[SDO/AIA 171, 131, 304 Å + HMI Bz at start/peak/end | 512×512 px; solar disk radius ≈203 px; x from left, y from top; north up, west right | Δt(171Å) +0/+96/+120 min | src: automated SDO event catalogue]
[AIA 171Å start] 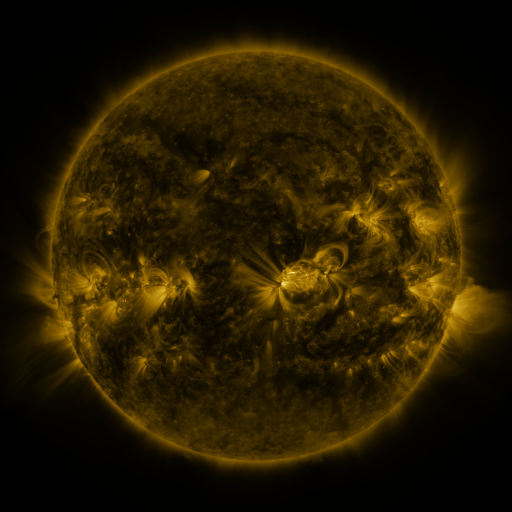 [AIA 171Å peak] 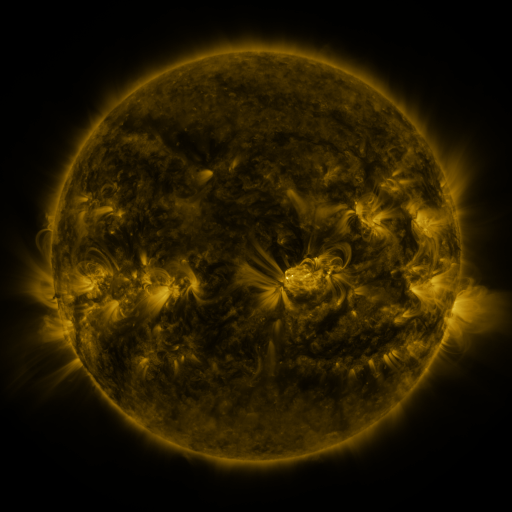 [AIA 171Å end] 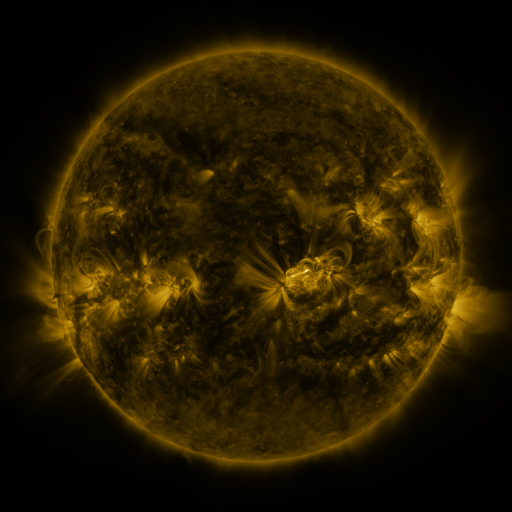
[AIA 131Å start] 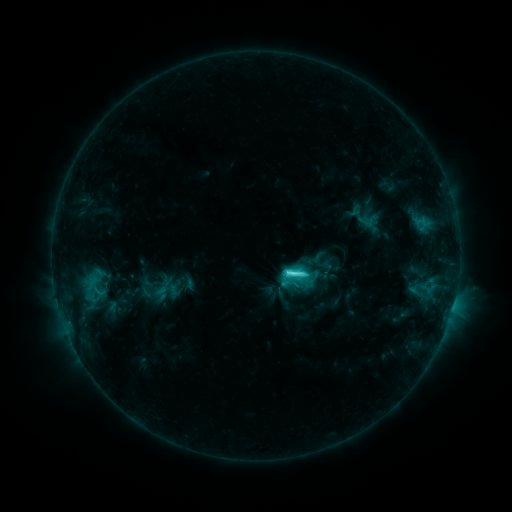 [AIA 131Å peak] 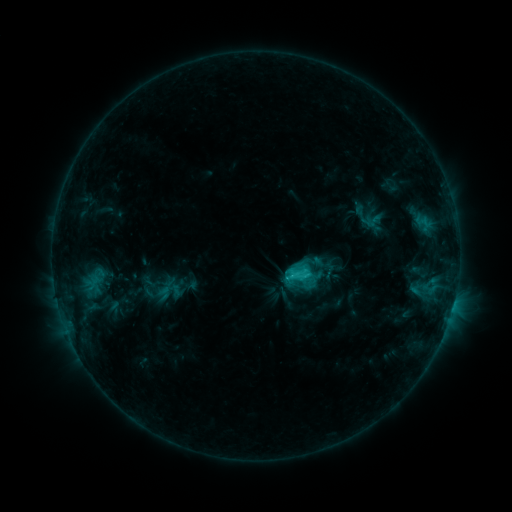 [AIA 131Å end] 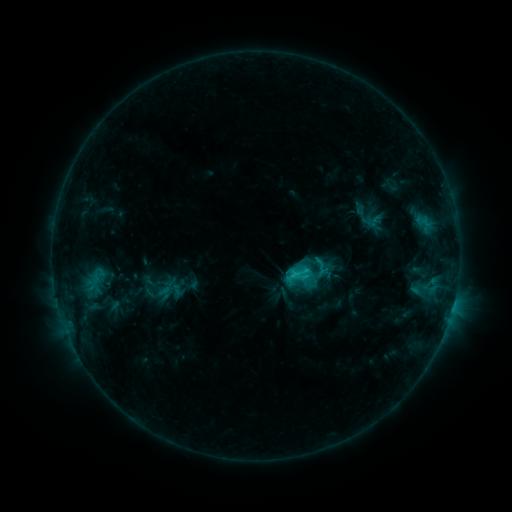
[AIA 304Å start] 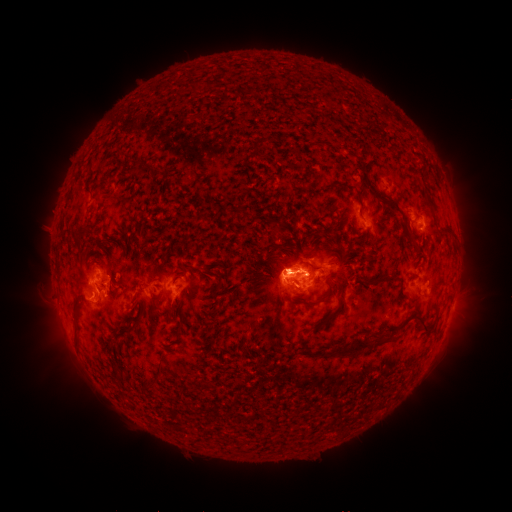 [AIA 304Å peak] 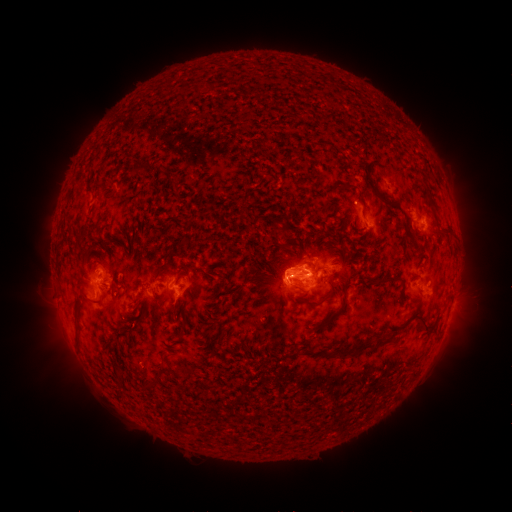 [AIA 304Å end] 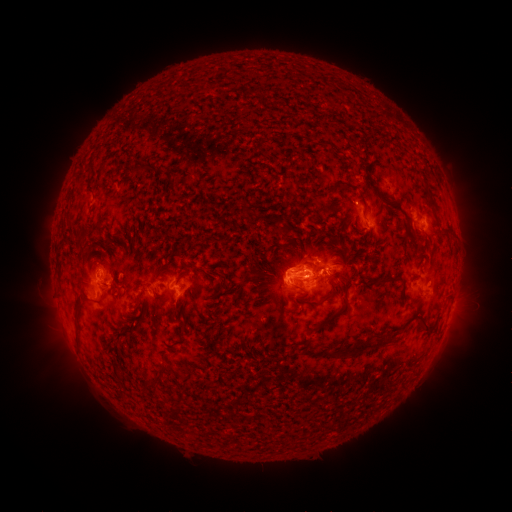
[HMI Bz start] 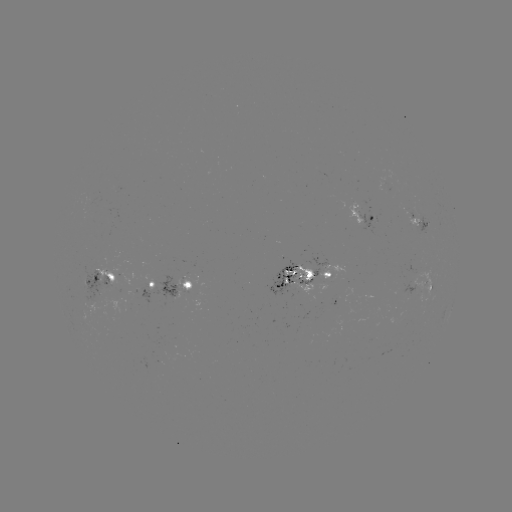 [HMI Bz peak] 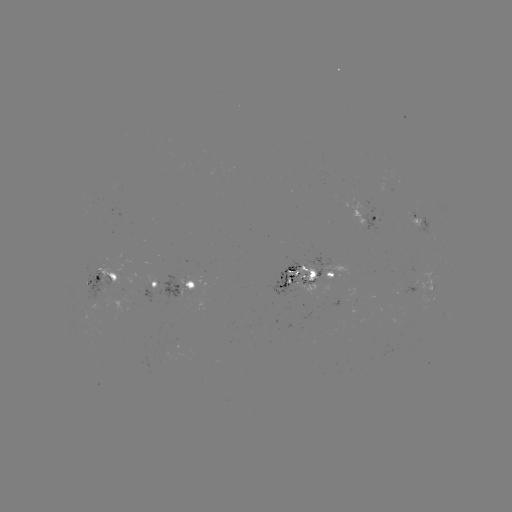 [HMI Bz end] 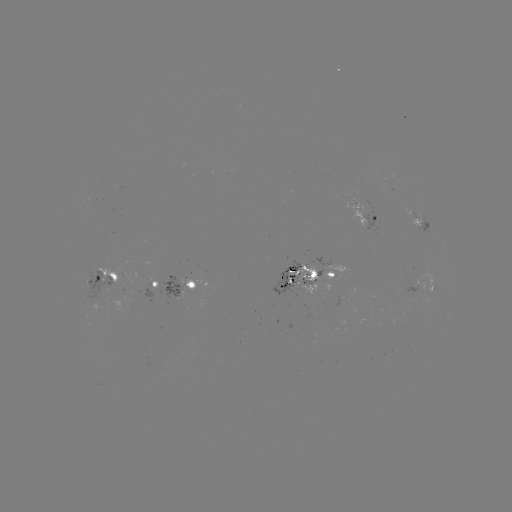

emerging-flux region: <bbox>321, 265, 348, 282</bbox>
